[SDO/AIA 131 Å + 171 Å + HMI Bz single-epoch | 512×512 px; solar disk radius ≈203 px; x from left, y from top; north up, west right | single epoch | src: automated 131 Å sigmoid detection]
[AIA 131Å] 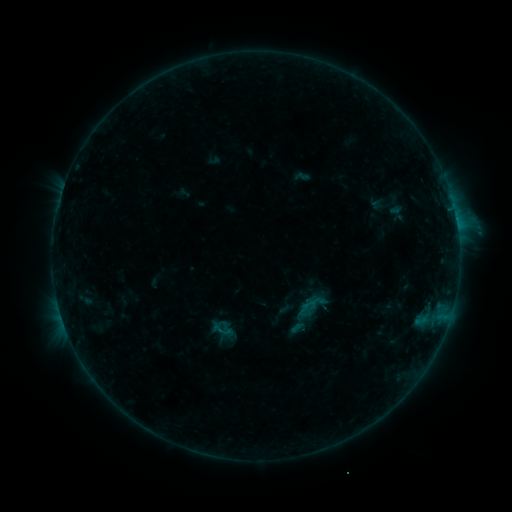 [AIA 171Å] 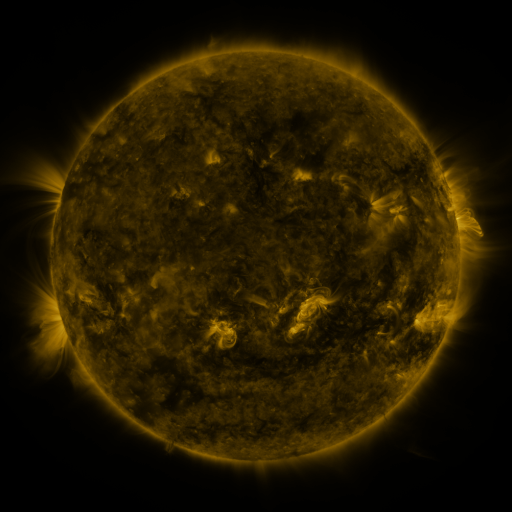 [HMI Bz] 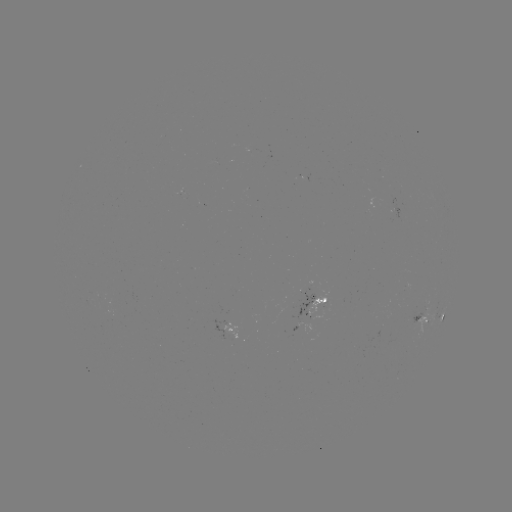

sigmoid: <bbox>208, 318, 235, 340</bbox>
